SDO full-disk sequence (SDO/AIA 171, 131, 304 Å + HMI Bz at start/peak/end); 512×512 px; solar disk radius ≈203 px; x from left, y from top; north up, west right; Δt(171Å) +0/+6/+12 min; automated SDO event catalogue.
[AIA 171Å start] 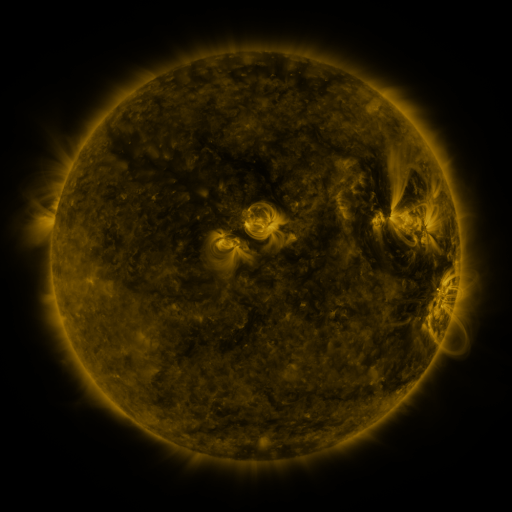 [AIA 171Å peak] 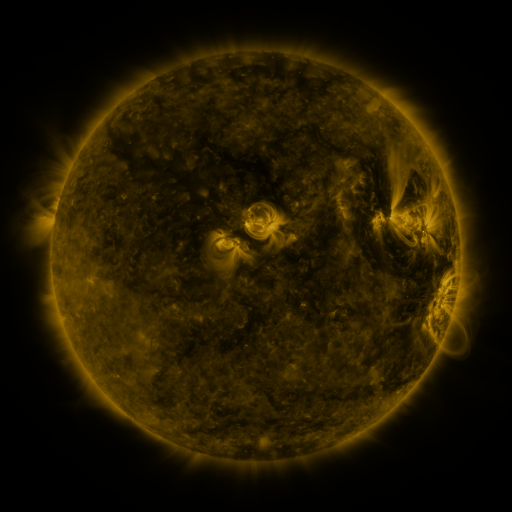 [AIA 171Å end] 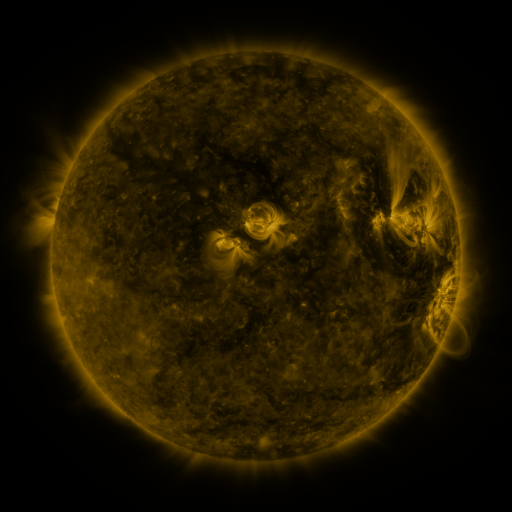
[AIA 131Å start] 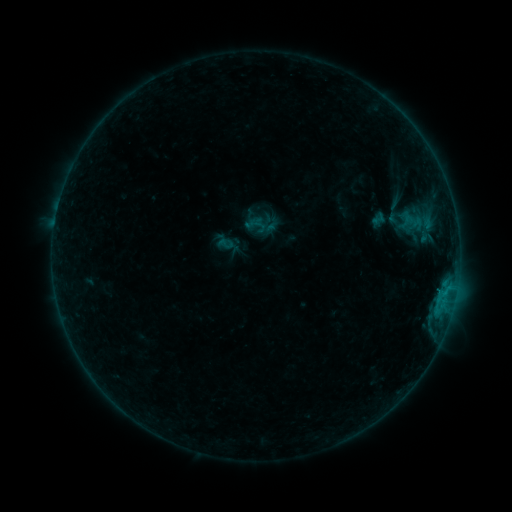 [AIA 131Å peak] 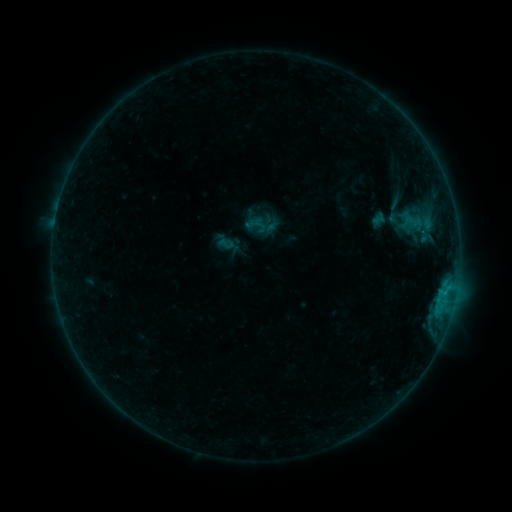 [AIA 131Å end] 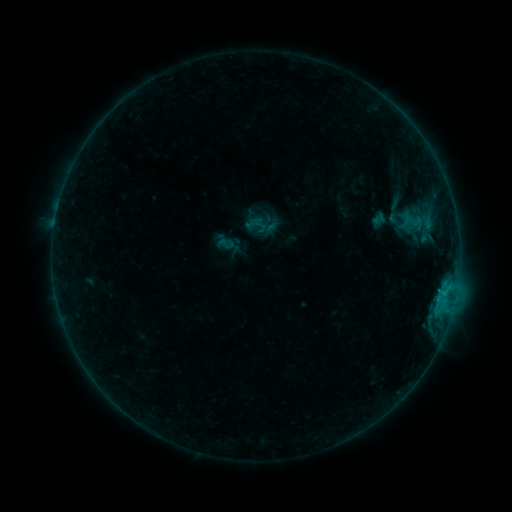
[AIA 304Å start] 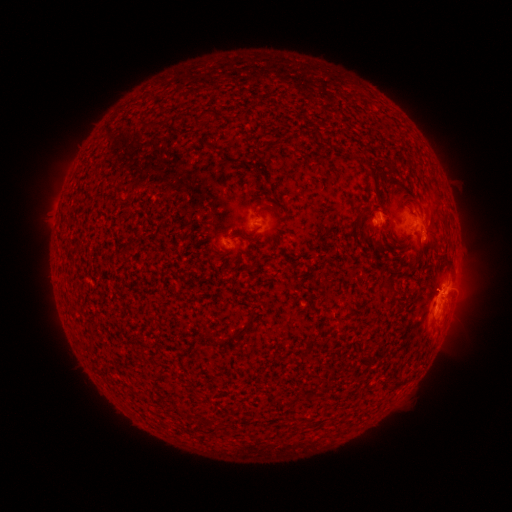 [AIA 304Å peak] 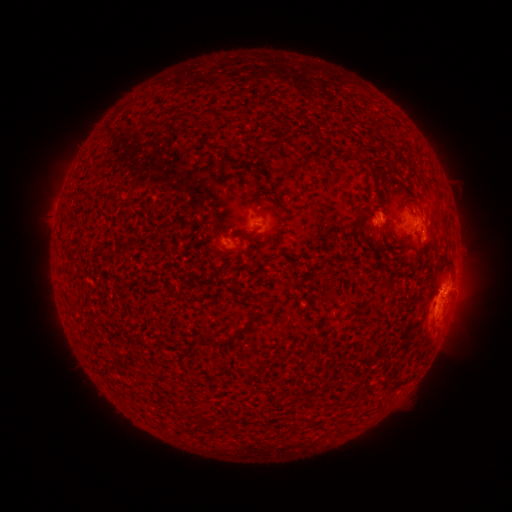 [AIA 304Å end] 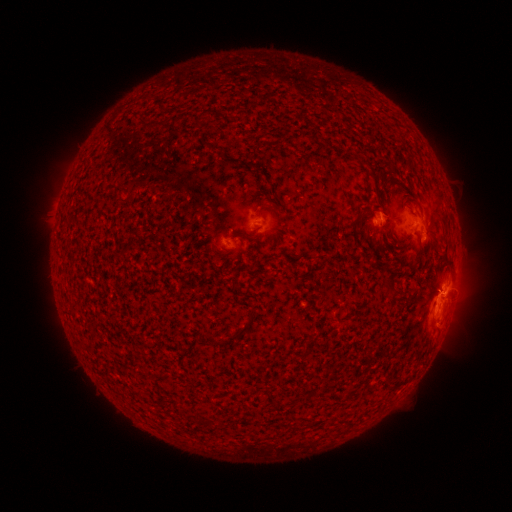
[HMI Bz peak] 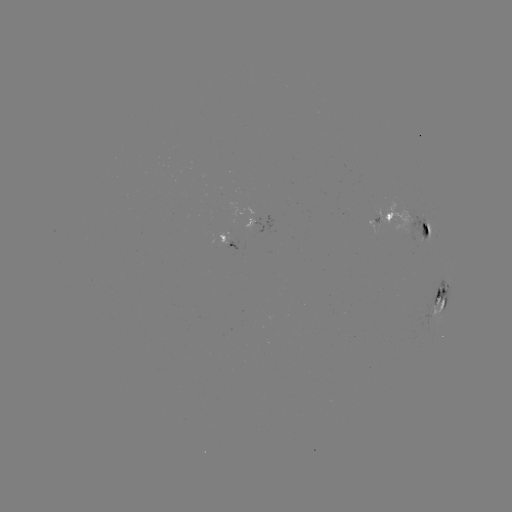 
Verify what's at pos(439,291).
C1.7 flare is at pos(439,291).